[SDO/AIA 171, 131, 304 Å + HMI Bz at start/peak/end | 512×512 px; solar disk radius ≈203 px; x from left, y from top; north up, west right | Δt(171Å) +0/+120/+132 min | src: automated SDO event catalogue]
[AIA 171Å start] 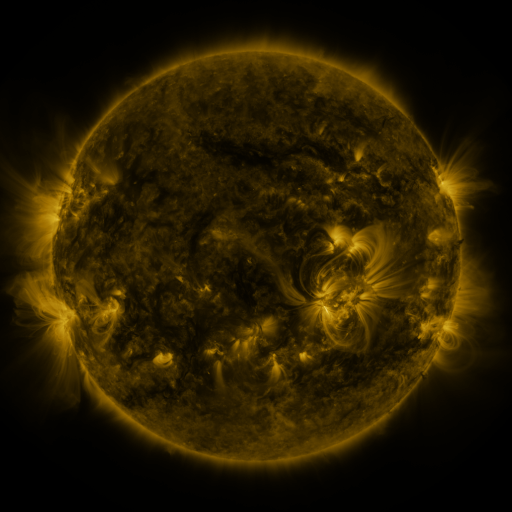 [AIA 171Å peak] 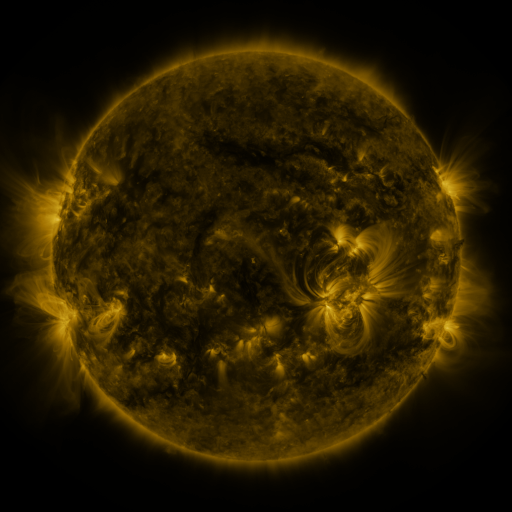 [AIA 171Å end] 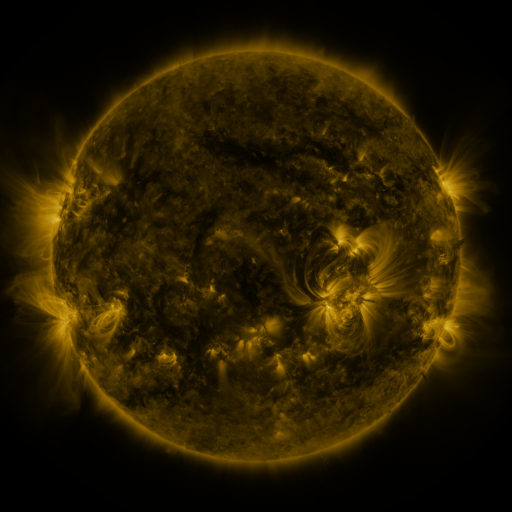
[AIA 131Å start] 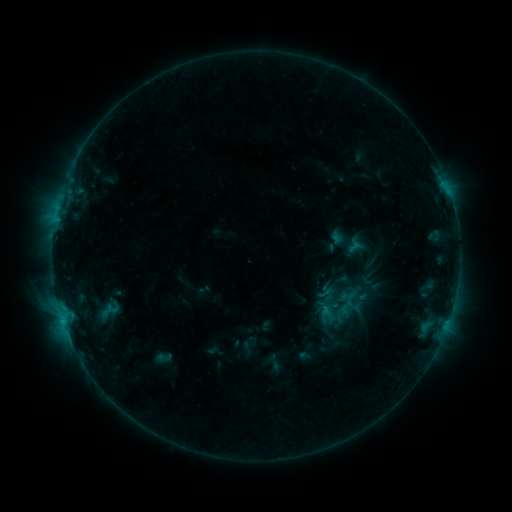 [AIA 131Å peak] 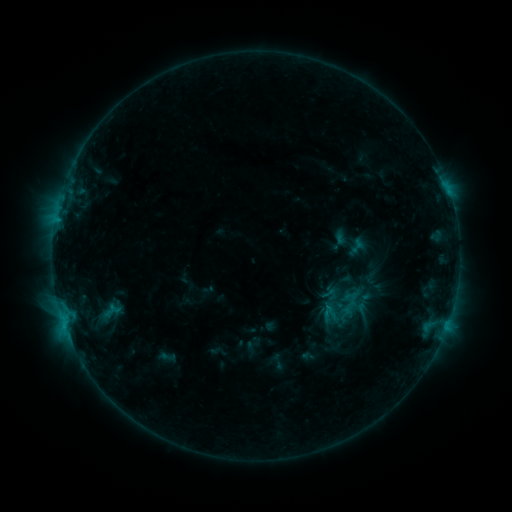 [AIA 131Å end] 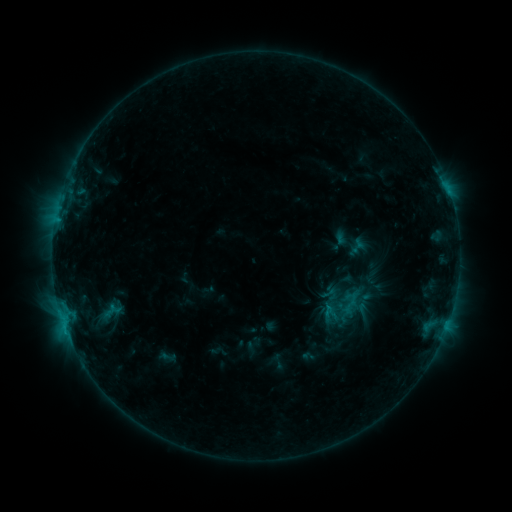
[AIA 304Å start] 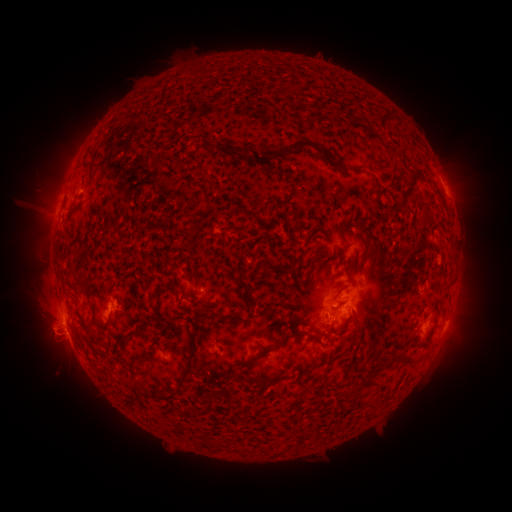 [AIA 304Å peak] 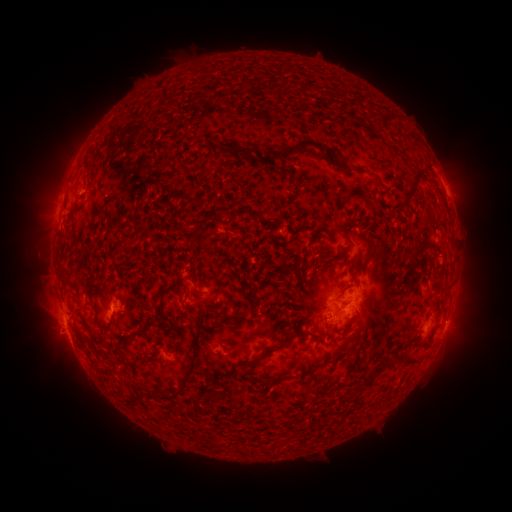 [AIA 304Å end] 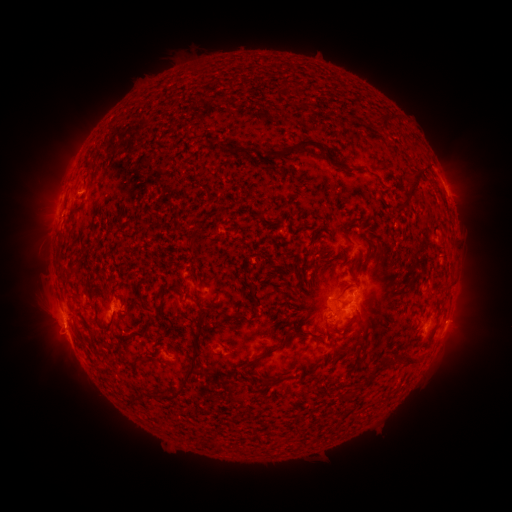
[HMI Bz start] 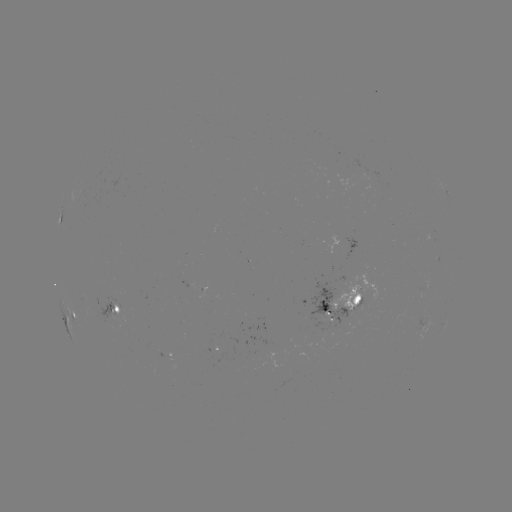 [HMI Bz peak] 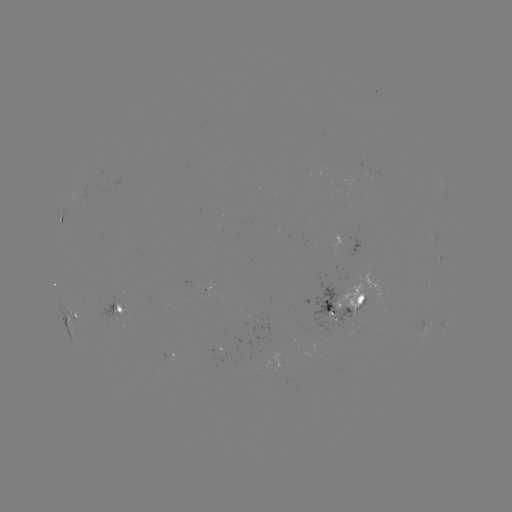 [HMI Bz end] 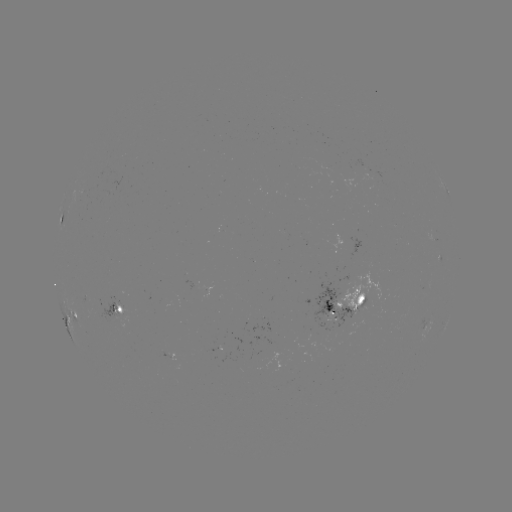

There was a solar emerging-flux region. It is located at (346, 299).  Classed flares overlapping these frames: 1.